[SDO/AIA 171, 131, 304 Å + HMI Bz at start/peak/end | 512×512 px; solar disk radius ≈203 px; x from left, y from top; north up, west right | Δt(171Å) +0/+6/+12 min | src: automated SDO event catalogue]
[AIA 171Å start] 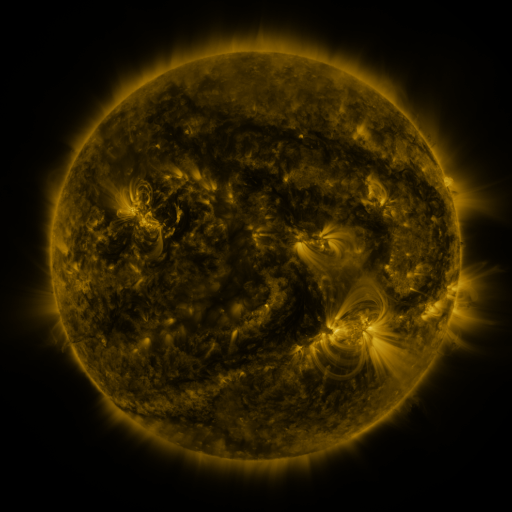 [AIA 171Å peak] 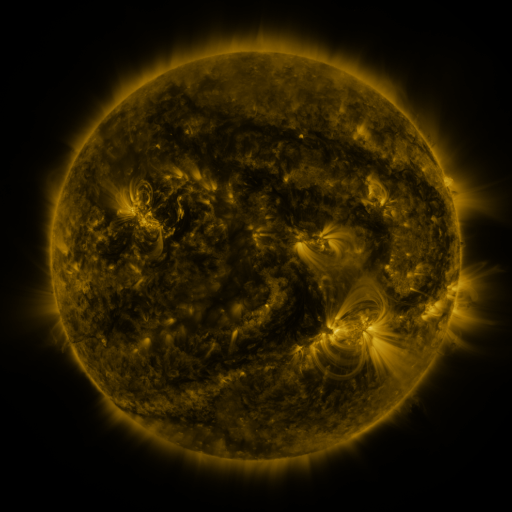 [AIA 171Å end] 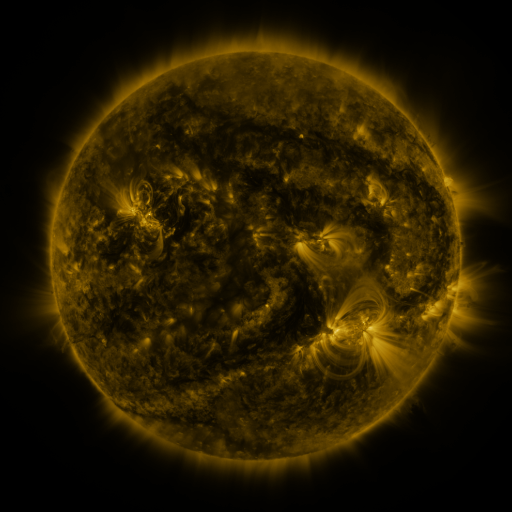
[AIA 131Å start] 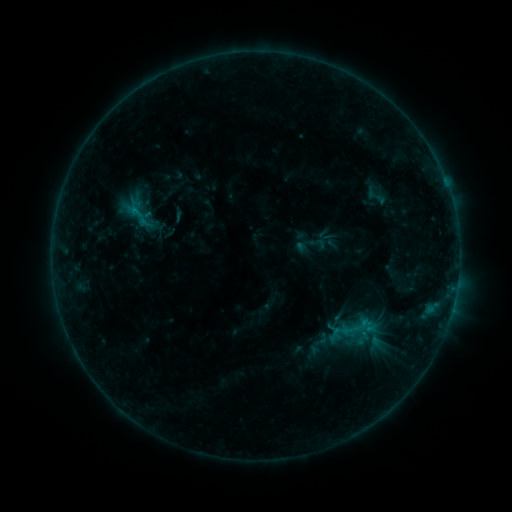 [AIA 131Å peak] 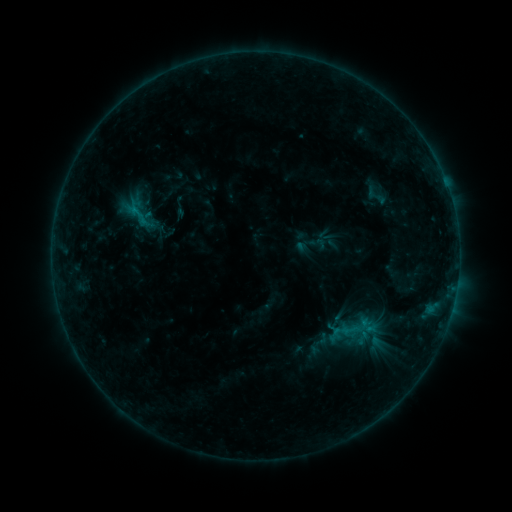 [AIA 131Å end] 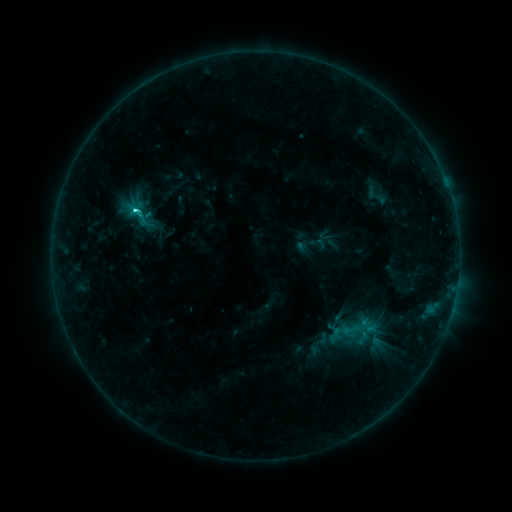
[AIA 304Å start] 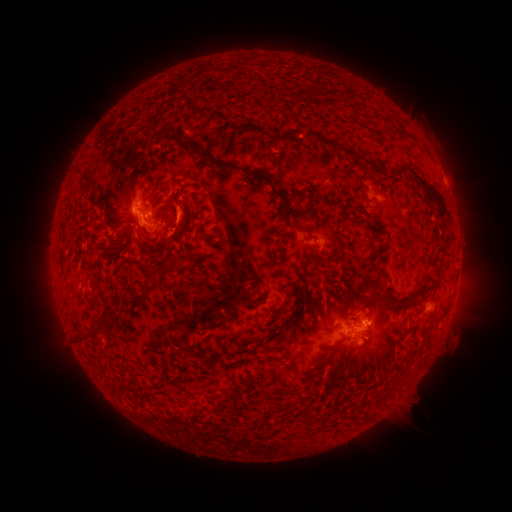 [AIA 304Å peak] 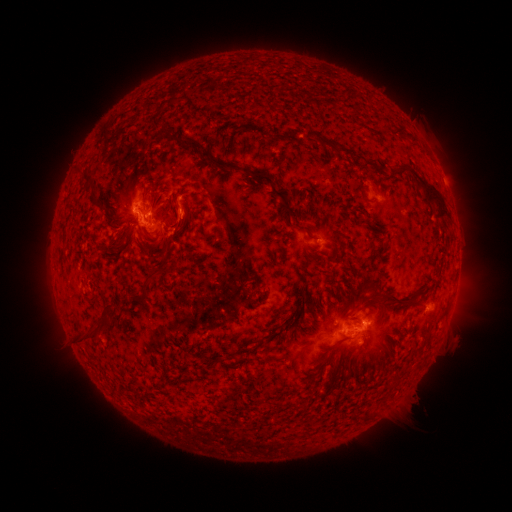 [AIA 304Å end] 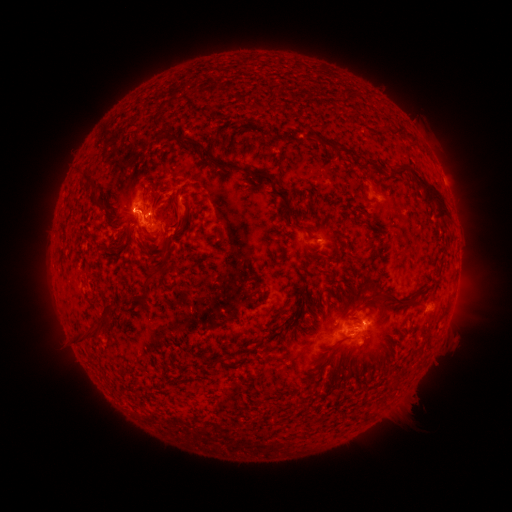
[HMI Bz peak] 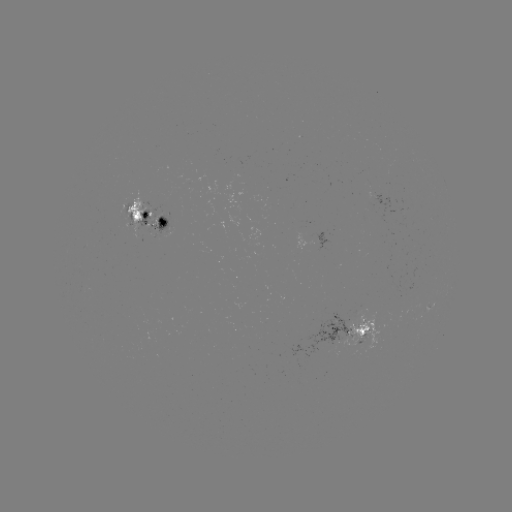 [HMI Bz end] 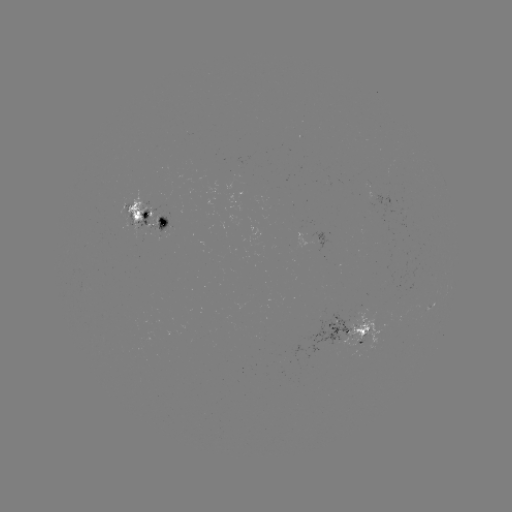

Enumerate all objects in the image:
eruption: (182, 213)
